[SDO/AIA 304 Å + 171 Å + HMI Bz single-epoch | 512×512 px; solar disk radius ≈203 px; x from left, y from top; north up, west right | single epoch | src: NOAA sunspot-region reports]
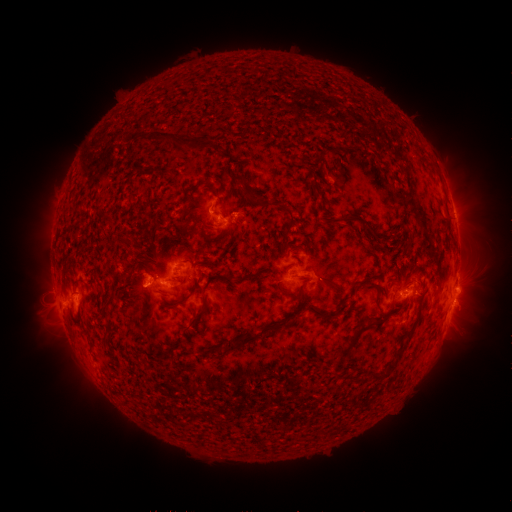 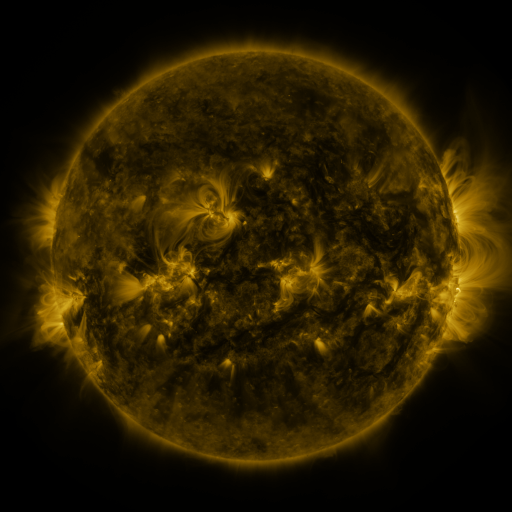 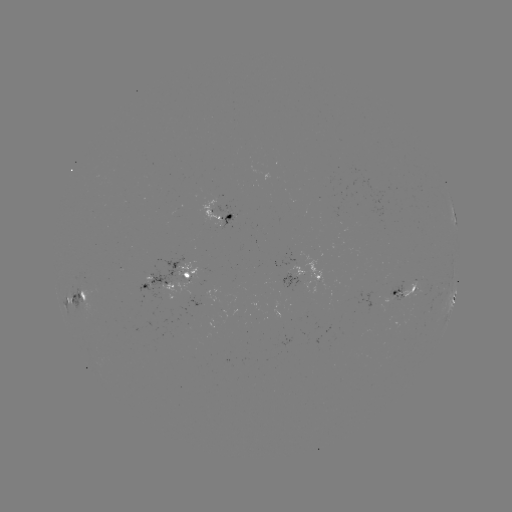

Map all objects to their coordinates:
spotted active region: (220, 211)
spotted active region: (454, 215)
spotted active region: (307, 276)
spotted active region: (178, 277)
spotted active region: (406, 293)
spotted active region: (80, 298)
spotted active region: (453, 301)
